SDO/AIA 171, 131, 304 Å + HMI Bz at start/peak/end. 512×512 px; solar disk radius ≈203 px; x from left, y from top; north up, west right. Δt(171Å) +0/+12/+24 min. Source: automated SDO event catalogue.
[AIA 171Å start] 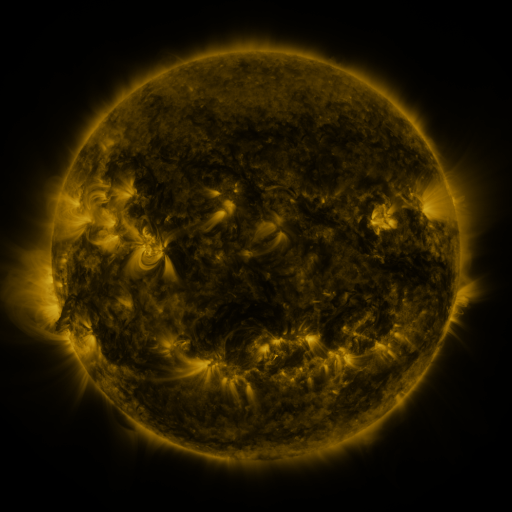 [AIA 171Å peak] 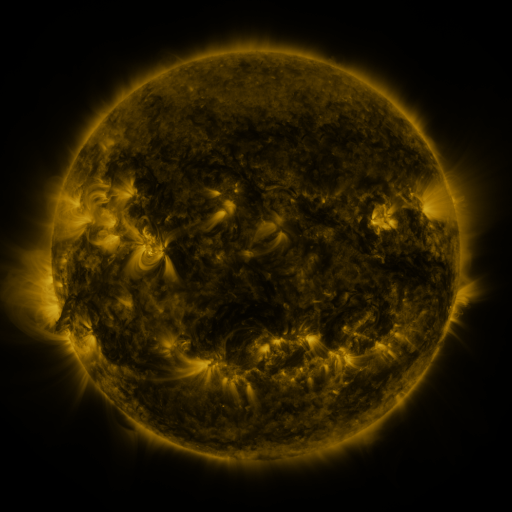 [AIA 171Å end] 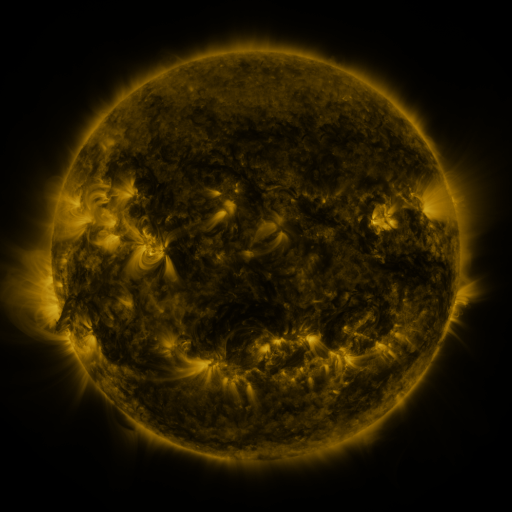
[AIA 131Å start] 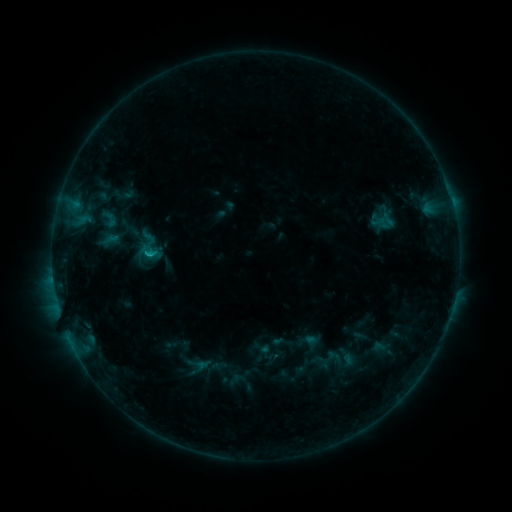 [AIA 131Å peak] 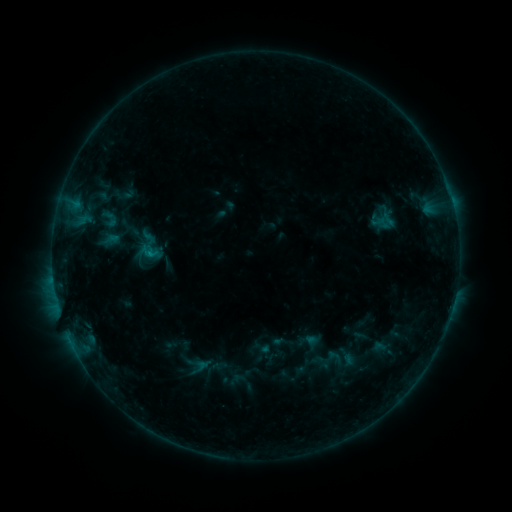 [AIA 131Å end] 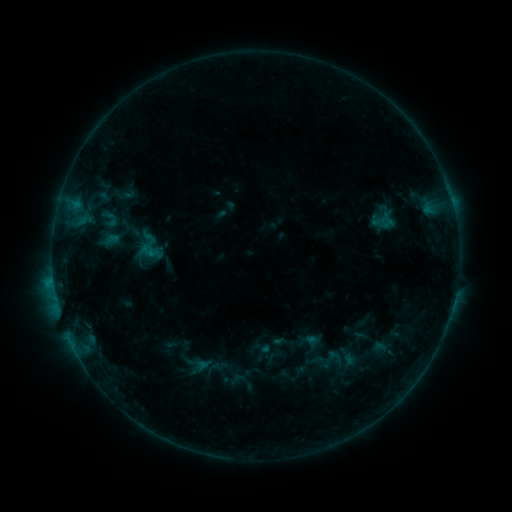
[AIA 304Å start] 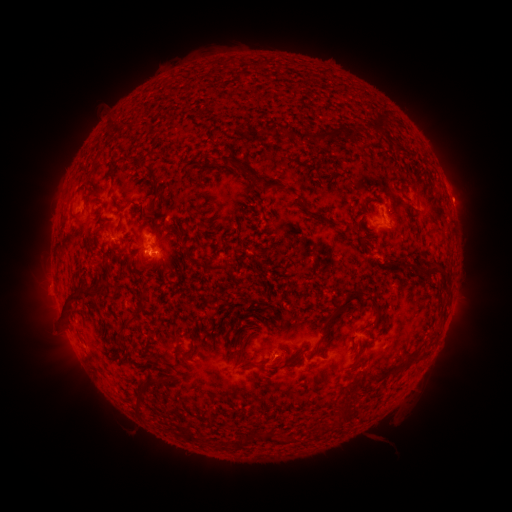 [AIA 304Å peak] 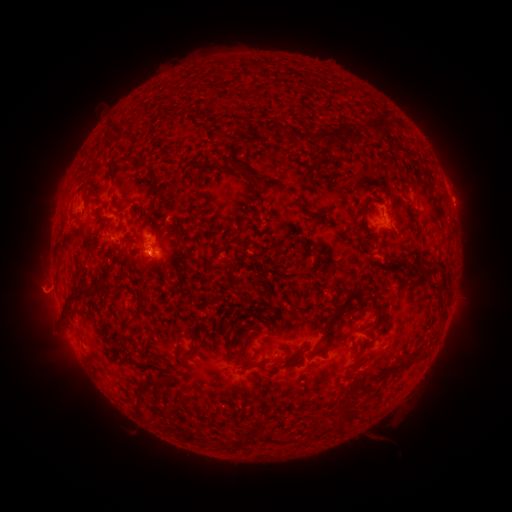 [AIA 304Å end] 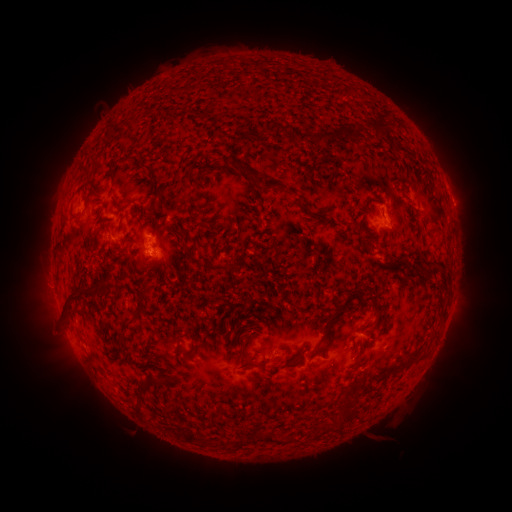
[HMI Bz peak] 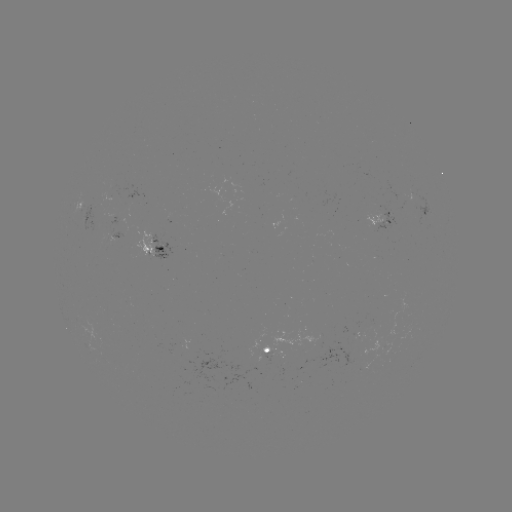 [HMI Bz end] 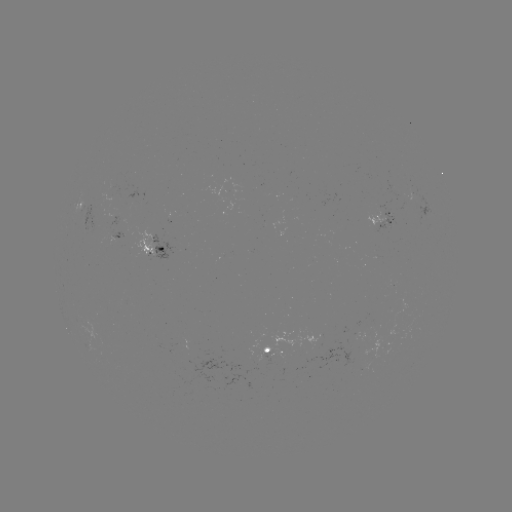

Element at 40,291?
eruption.